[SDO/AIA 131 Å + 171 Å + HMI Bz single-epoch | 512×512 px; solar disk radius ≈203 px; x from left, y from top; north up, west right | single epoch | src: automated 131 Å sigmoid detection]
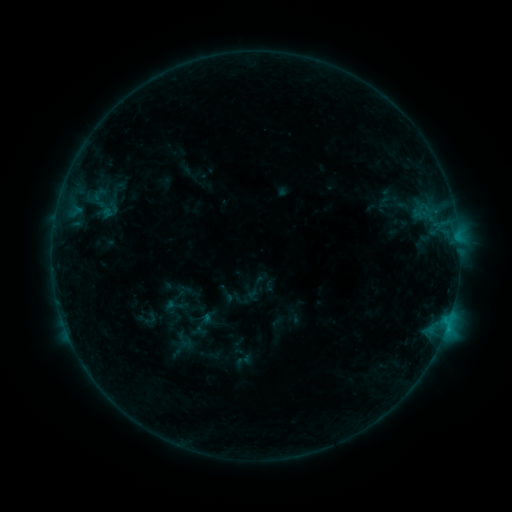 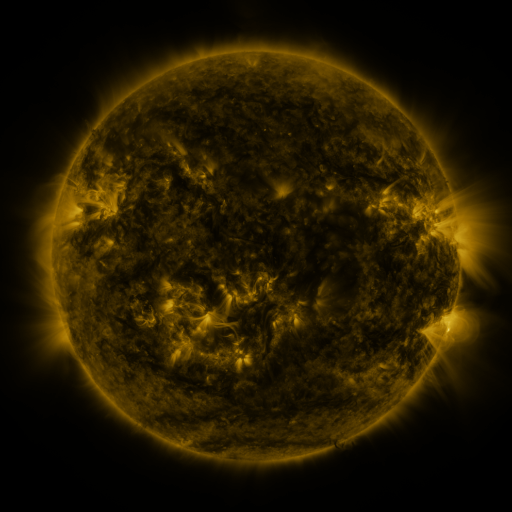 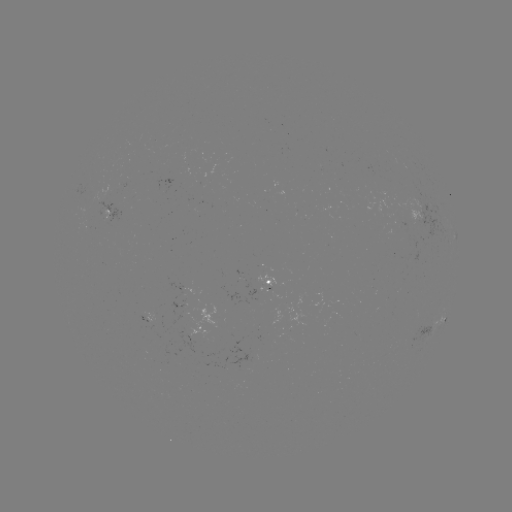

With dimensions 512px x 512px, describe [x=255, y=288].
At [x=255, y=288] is sigmoid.